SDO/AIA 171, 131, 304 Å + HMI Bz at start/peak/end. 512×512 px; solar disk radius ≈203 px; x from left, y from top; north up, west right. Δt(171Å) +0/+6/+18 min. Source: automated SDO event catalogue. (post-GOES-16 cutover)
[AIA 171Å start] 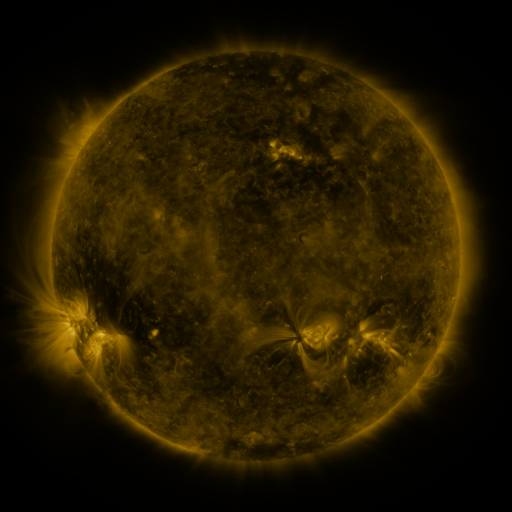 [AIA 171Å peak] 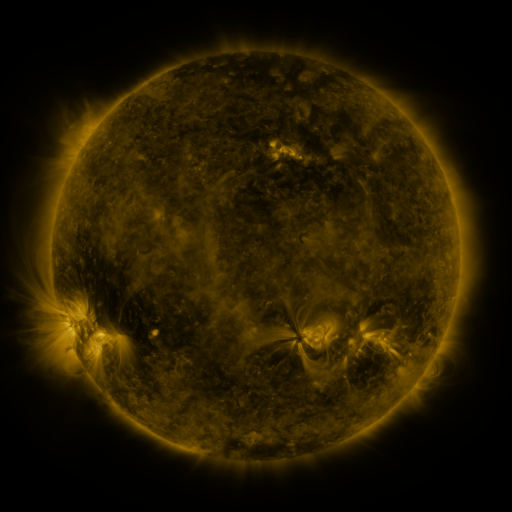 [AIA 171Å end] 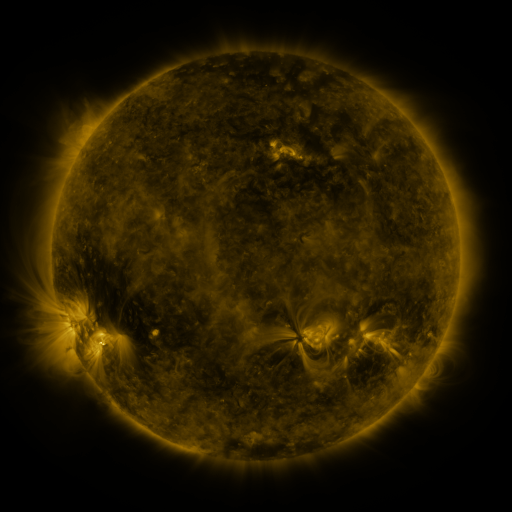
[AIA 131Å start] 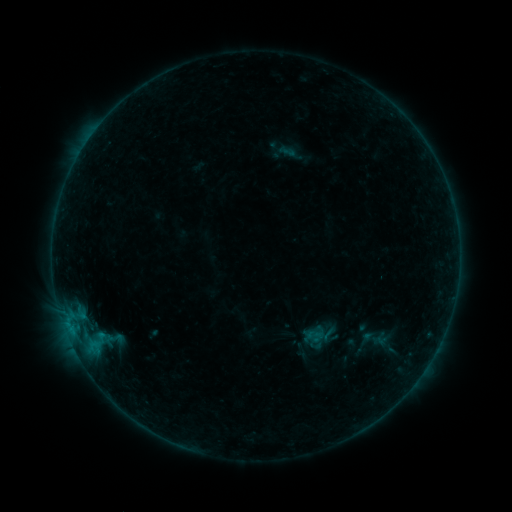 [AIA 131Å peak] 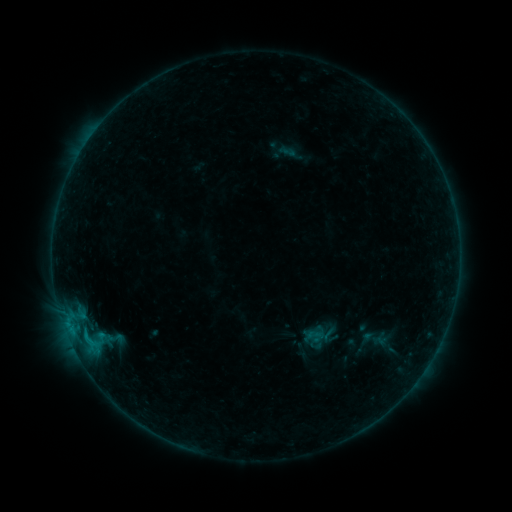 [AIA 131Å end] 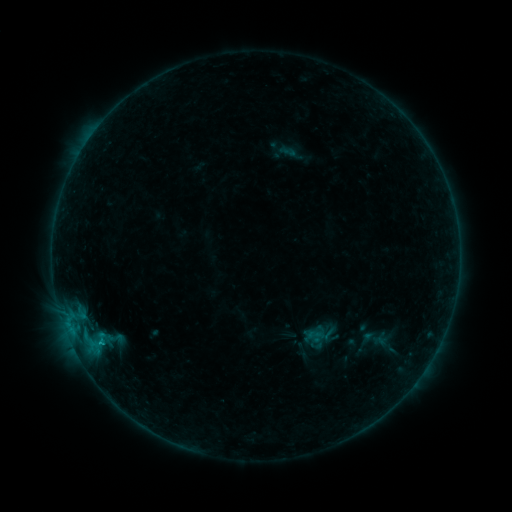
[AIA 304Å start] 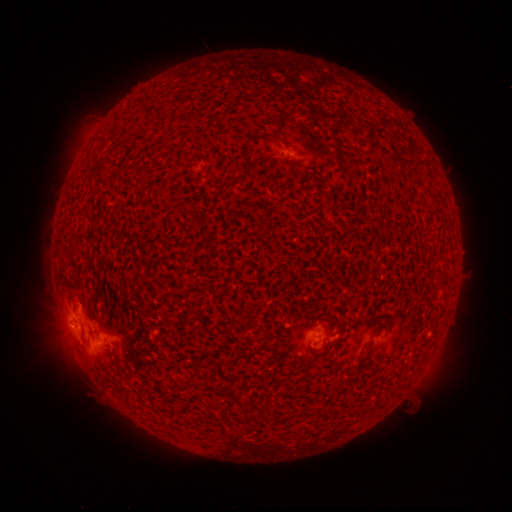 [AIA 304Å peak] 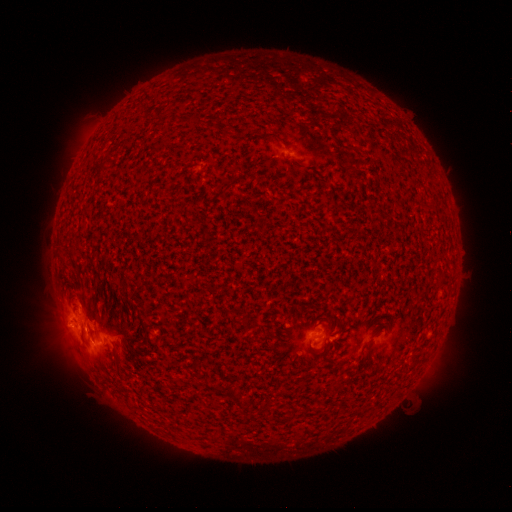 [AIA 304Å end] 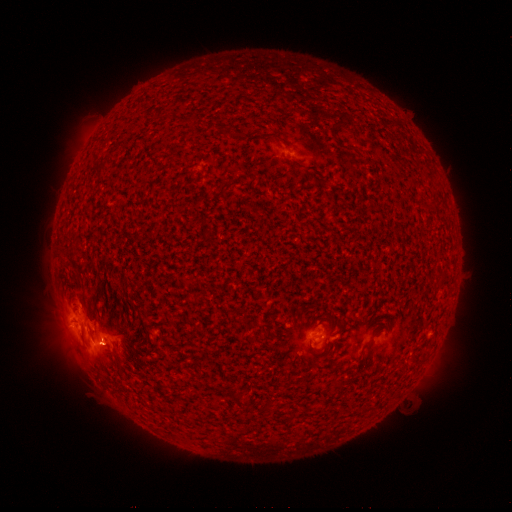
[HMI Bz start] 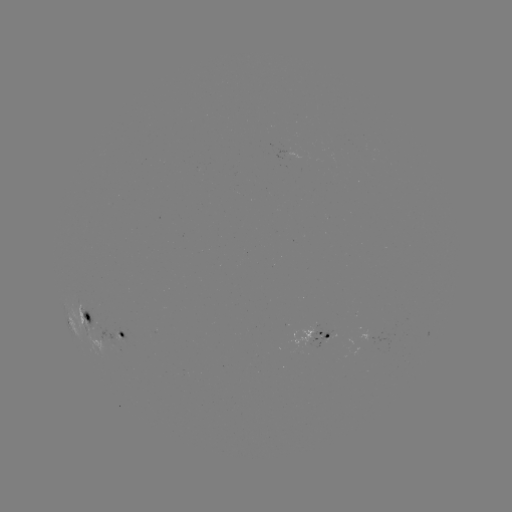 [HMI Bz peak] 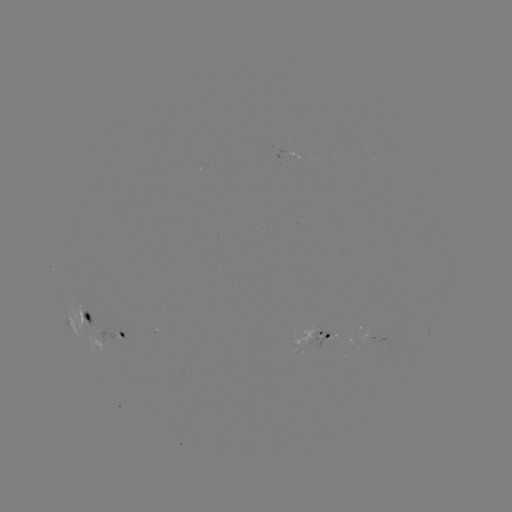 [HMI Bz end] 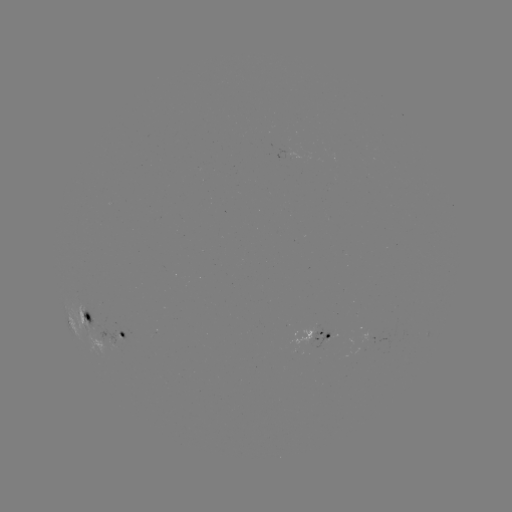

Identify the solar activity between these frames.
B6.5 flare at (87, 337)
